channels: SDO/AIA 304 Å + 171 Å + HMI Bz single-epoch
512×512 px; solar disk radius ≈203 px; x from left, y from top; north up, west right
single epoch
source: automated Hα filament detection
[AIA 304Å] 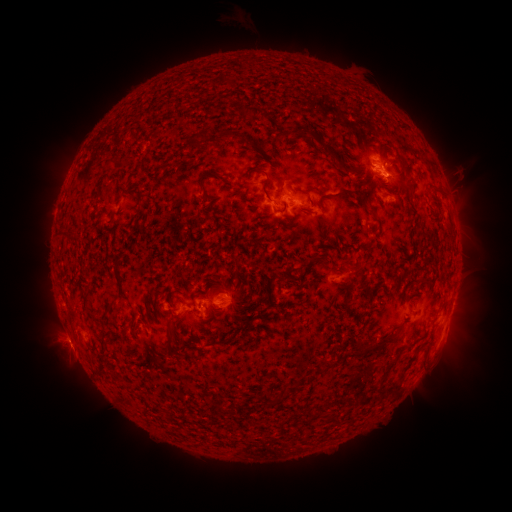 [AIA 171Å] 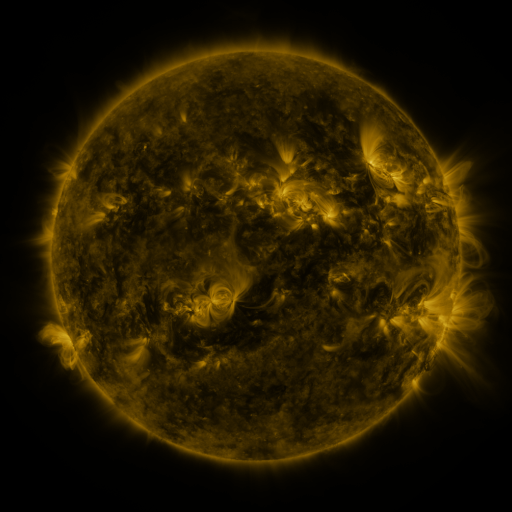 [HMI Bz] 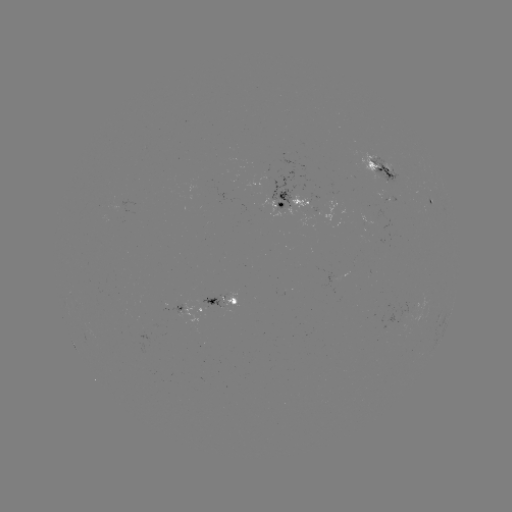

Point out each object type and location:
filament: (217, 74, 230, 84)
filament: (237, 102, 263, 118)
filament: (268, 123, 338, 156)
filament: (193, 132, 205, 148)
filament: (115, 156, 134, 170)
filament: (102, 159, 115, 173)
filament: (339, 162, 359, 173)
filament: (196, 167, 228, 202)
filament: (250, 168, 267, 177)
filament: (402, 179, 415, 193)
filament: (429, 182, 443, 194)
filament: (292, 185, 308, 195)
filament: (133, 186, 142, 202)
filament: (336, 186, 369, 206)
filament: (276, 205, 287, 214)
filament: (315, 227, 326, 236)
filament: (67, 232, 76, 243)
filament: (112, 262, 120, 276)
filament: (291, 263, 307, 273)
filament: (354, 265, 364, 273)
filament: (274, 273, 287, 284)
filament: (118, 284, 124, 298)
filament: (82, 291, 91, 313)
filament: (175, 296, 186, 305)
filament: (235, 301, 244, 309)
filament: (104, 305, 114, 317)
filament: (148, 307, 154, 315)
filament: (166, 319, 178, 352)
filament: (101, 331, 115, 356)
filament: (381, 331, 397, 343)
filament: (211, 332, 221, 343)
filament: (358, 338, 369, 352)
filament: (379, 356, 397, 384)
filament: (283, 384, 294, 398)
filament: (262, 390, 280, 405)
filament: (331, 413, 345, 425)
